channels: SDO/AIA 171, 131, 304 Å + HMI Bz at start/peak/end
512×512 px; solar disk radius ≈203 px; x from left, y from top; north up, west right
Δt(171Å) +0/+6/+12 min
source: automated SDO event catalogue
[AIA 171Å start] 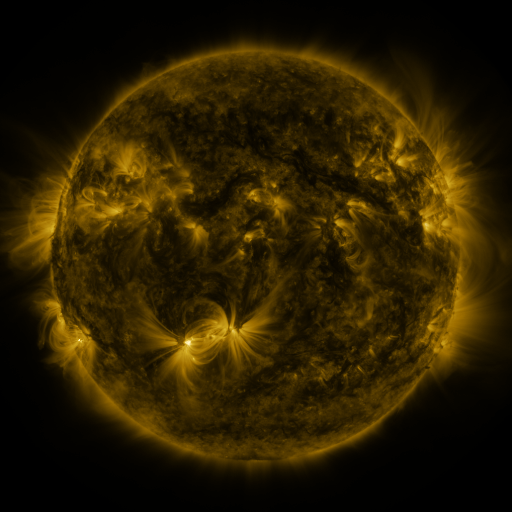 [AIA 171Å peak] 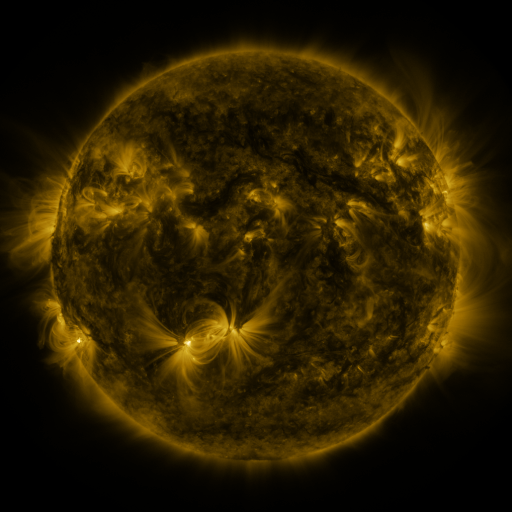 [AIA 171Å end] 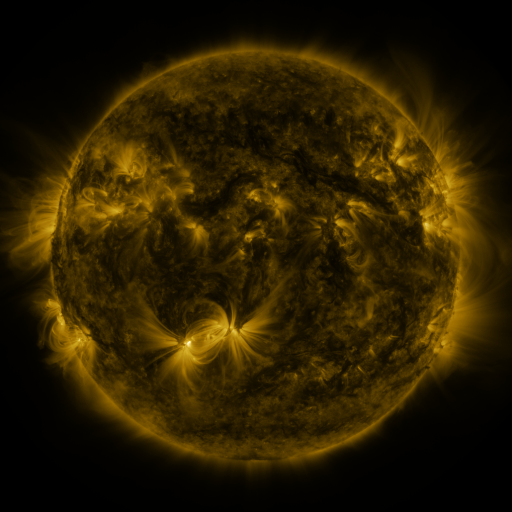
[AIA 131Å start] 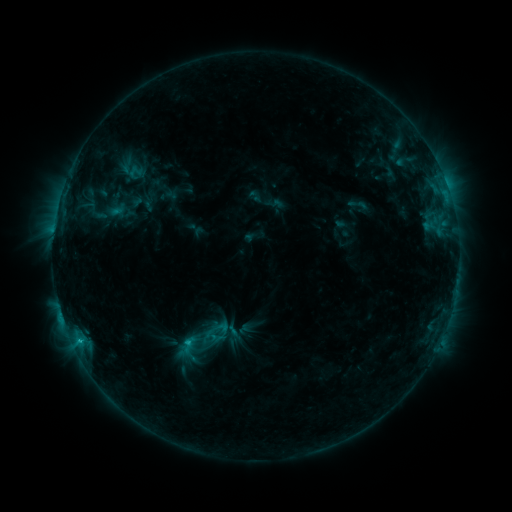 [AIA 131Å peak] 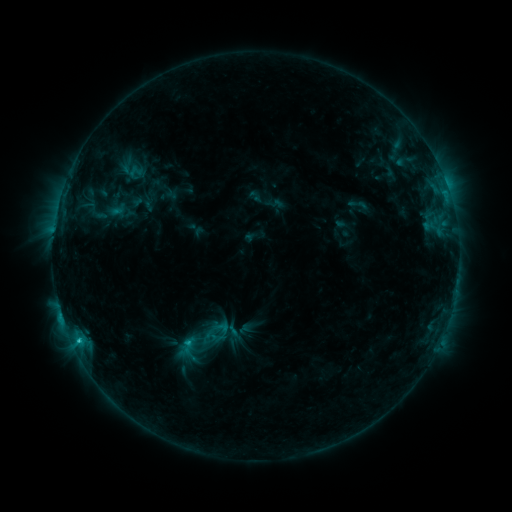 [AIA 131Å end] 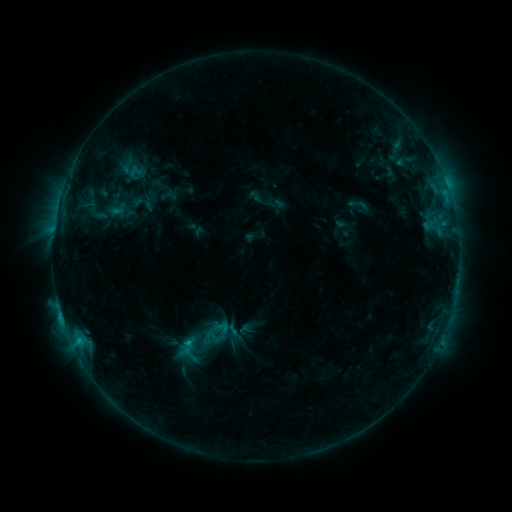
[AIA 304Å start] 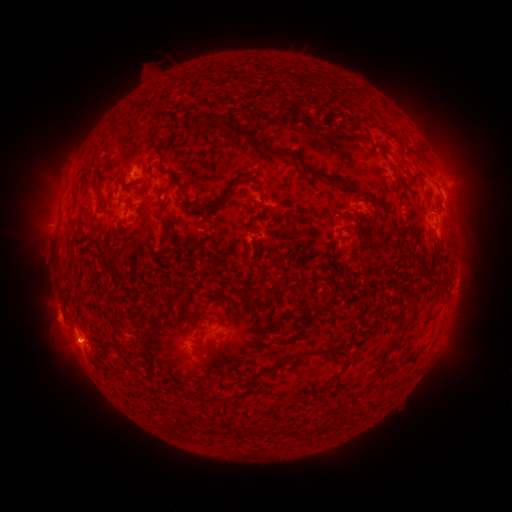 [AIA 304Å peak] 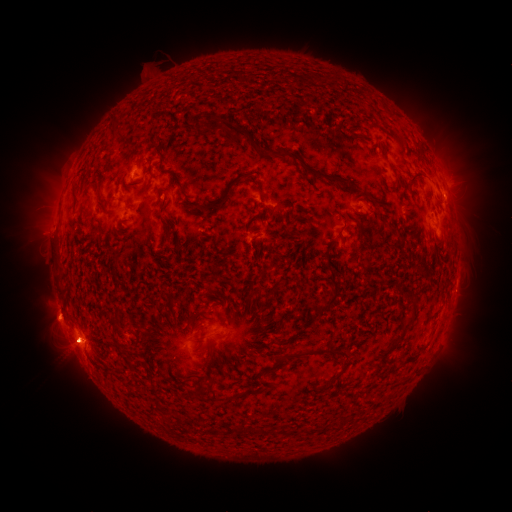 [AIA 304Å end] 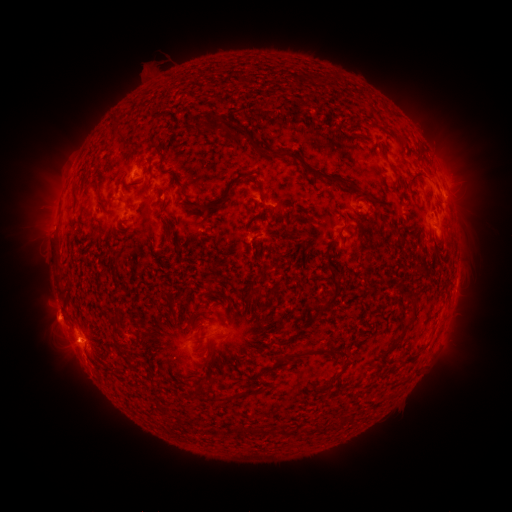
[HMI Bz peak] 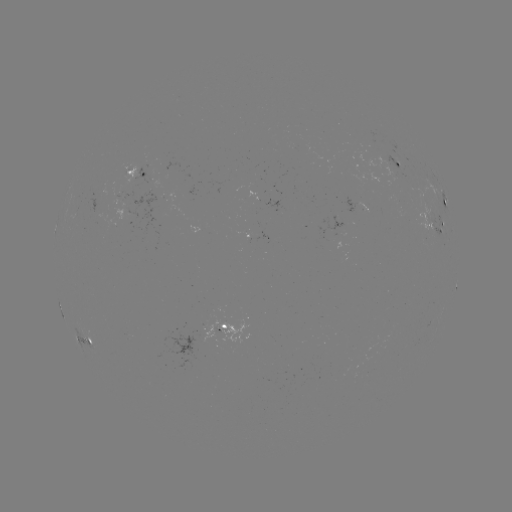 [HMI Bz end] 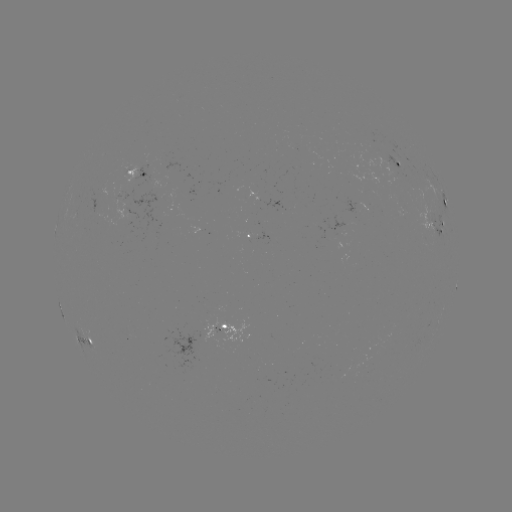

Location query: eruption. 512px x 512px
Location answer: (65, 344).